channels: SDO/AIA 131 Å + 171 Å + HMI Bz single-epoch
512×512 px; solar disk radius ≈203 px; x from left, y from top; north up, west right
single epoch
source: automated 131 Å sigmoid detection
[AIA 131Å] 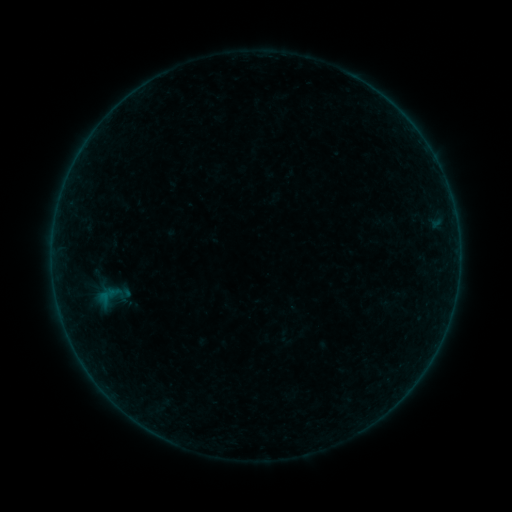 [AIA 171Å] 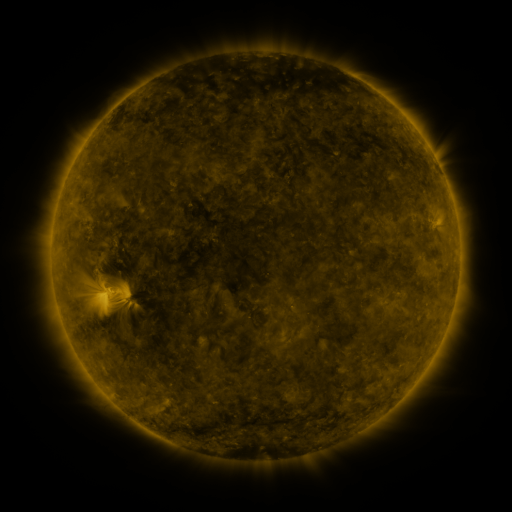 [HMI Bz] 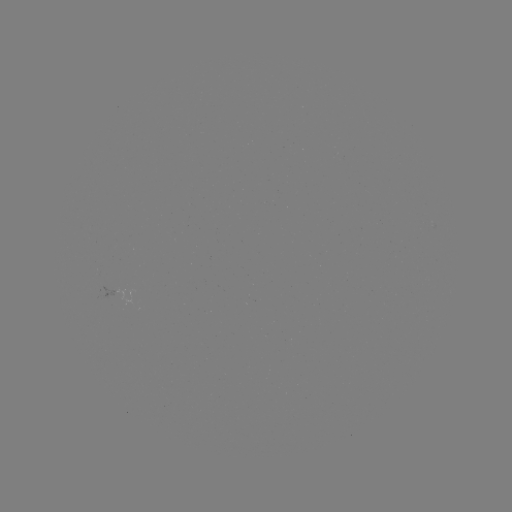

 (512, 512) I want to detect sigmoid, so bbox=[88, 270, 137, 321].